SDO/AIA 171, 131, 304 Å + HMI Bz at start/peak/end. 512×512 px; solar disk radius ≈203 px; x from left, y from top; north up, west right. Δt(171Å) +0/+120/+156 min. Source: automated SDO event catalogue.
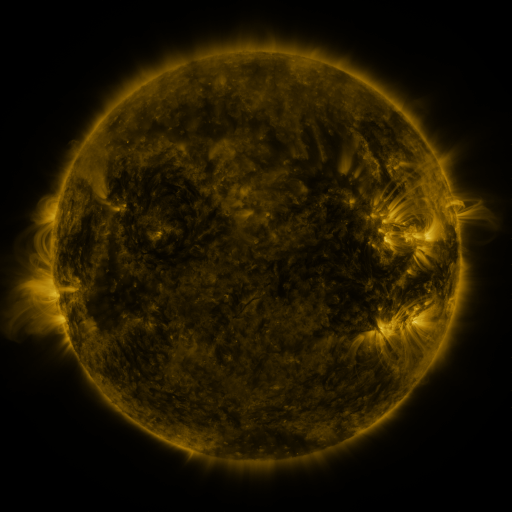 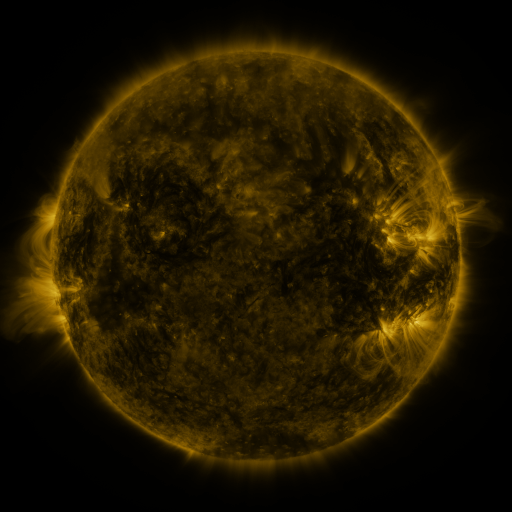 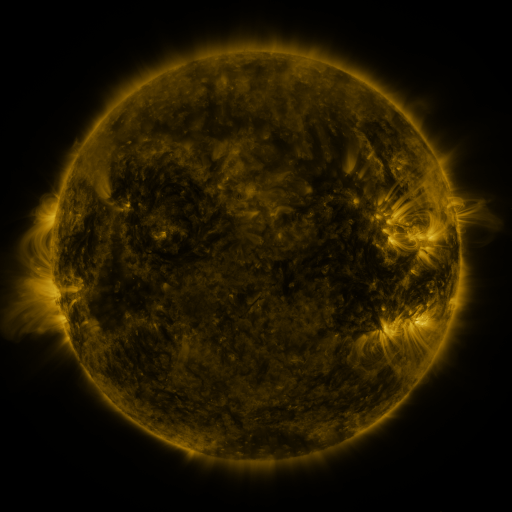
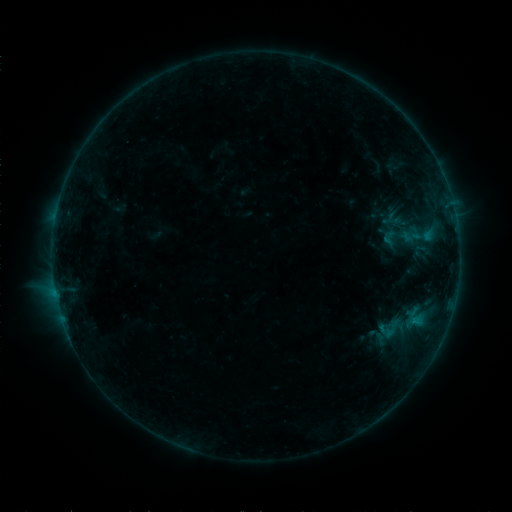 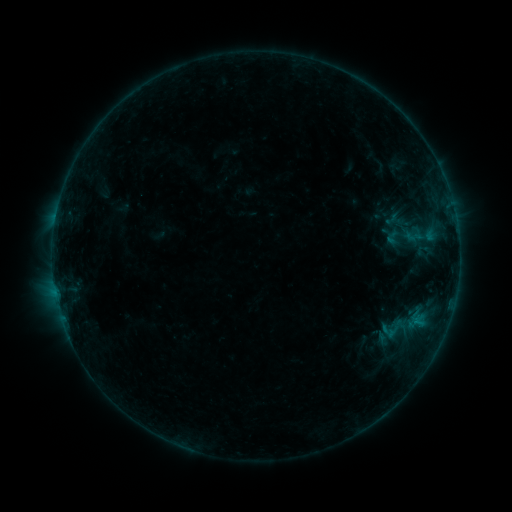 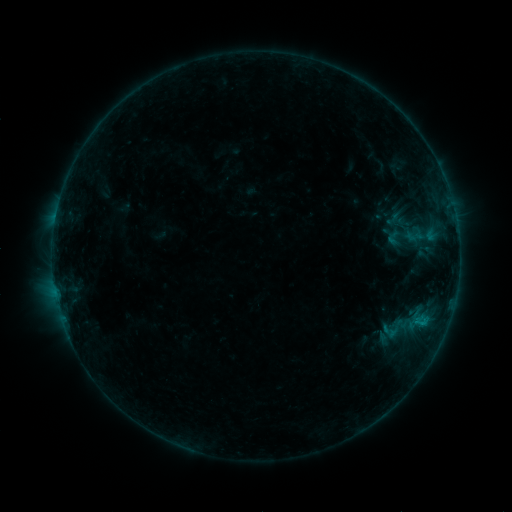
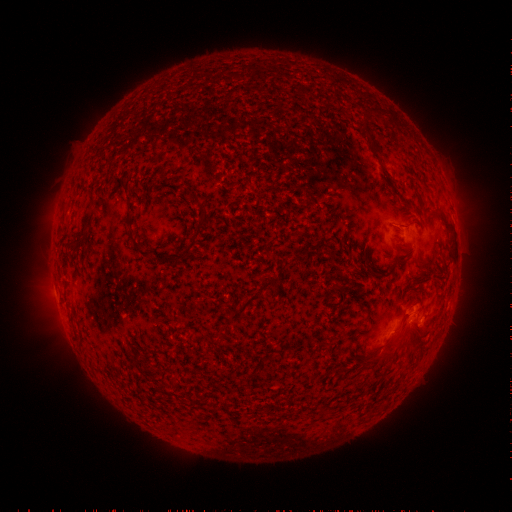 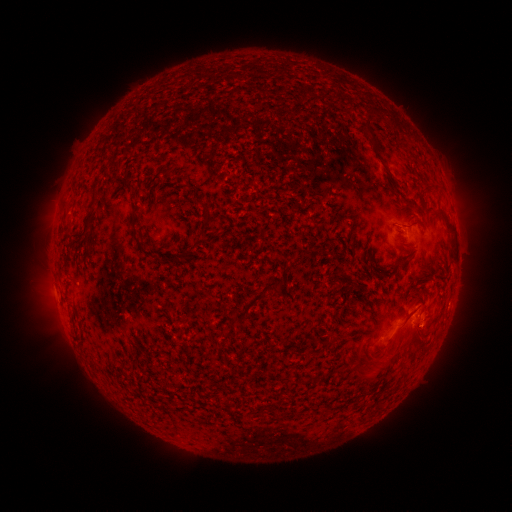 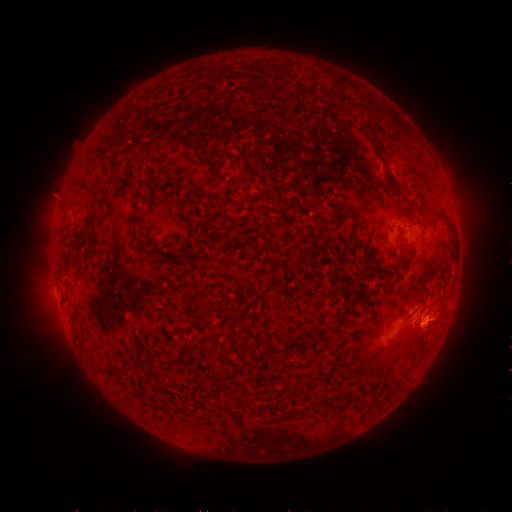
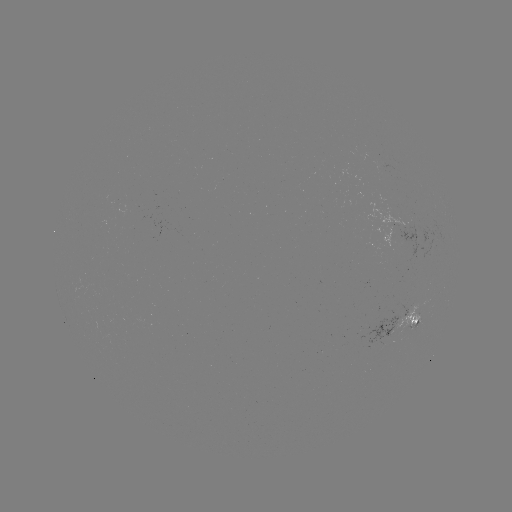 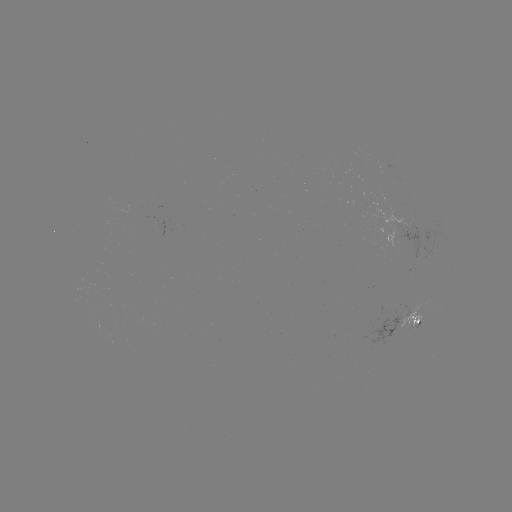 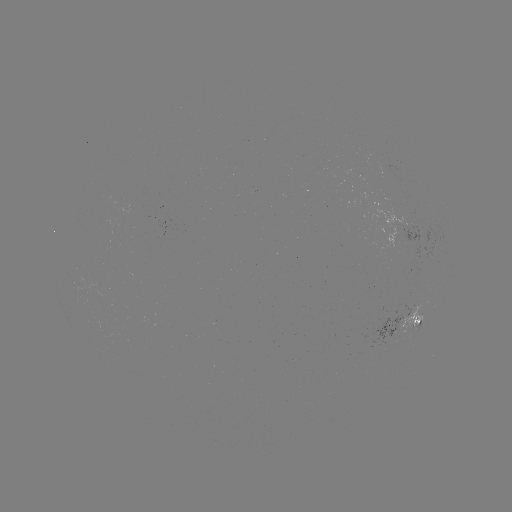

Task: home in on emerging-flux region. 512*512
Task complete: (351, 173).